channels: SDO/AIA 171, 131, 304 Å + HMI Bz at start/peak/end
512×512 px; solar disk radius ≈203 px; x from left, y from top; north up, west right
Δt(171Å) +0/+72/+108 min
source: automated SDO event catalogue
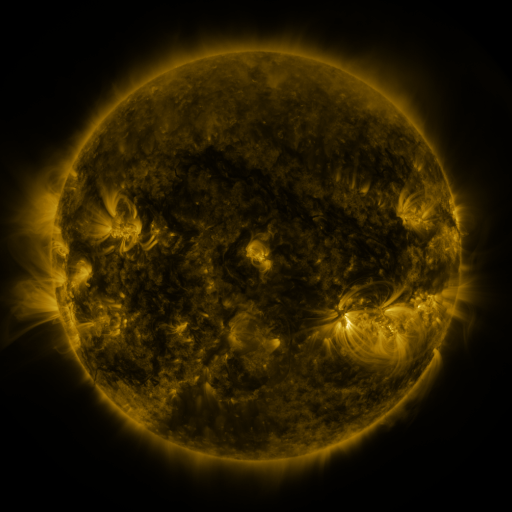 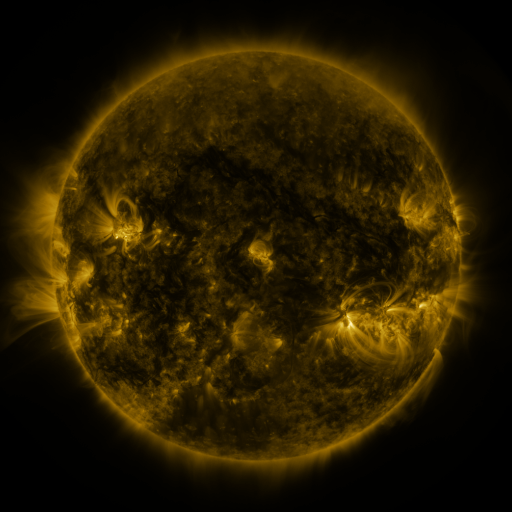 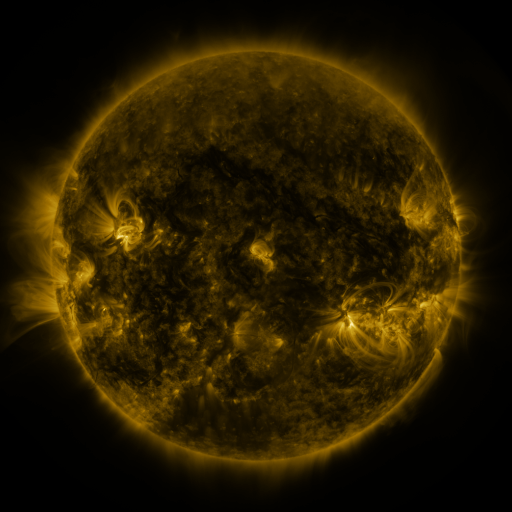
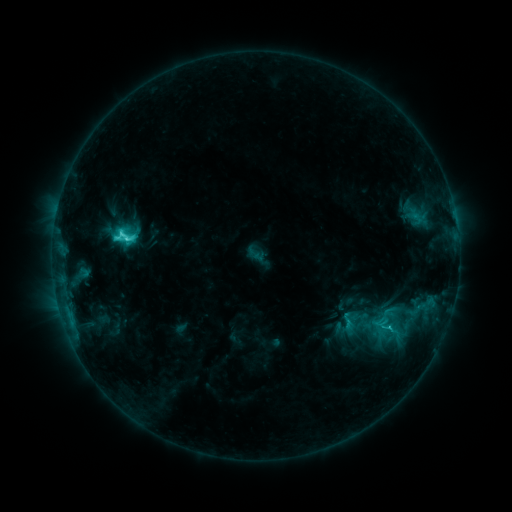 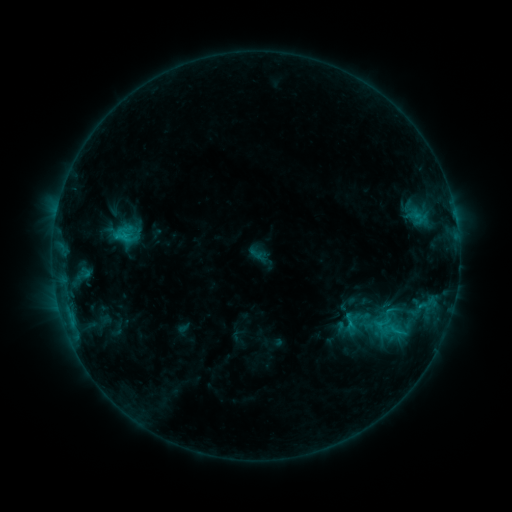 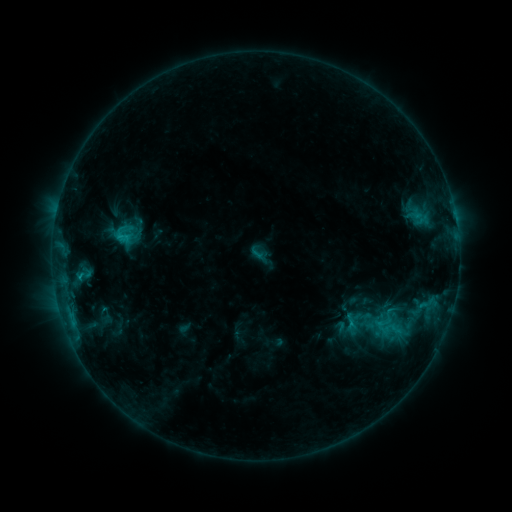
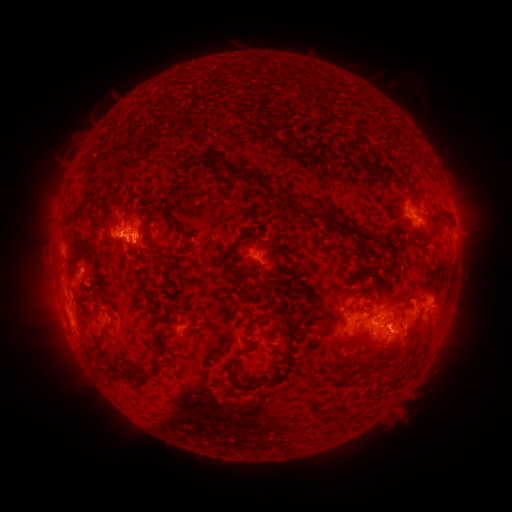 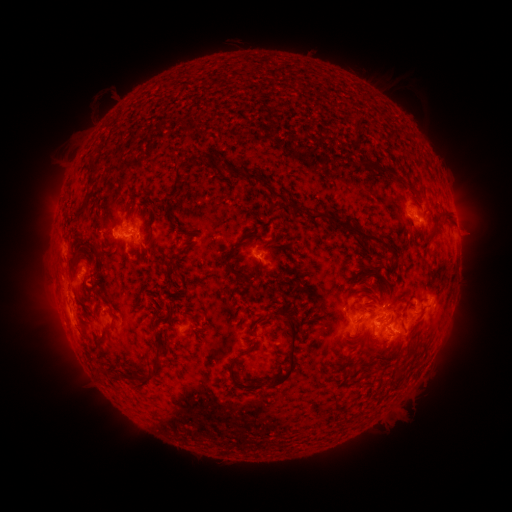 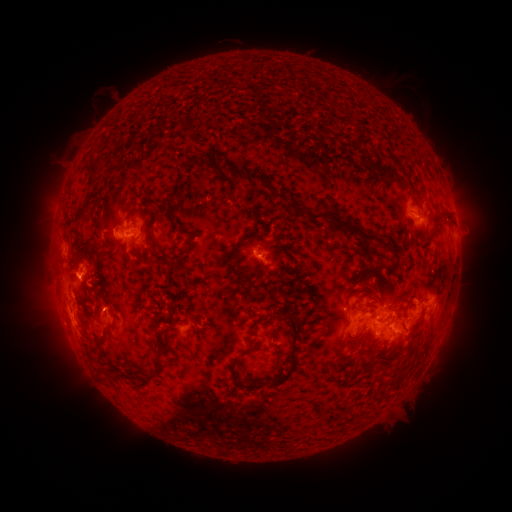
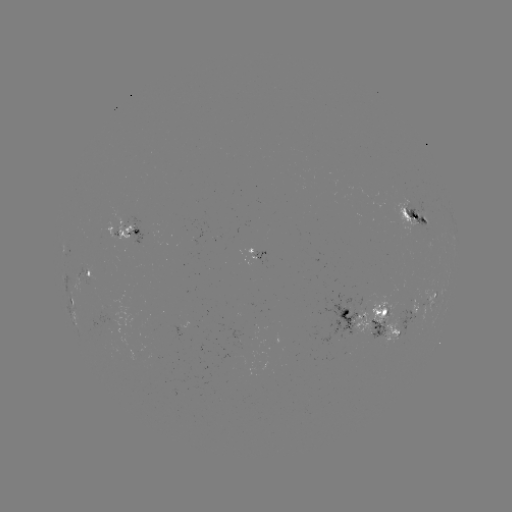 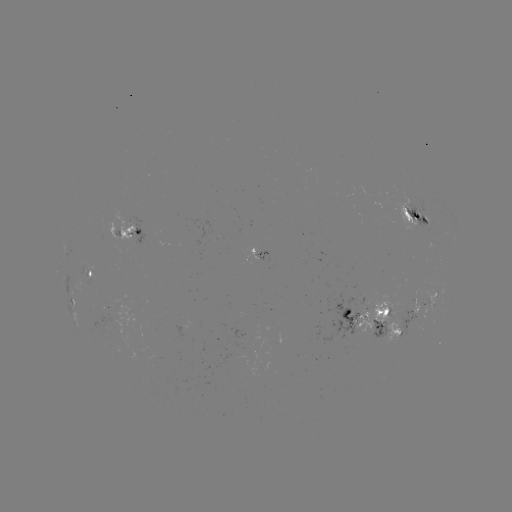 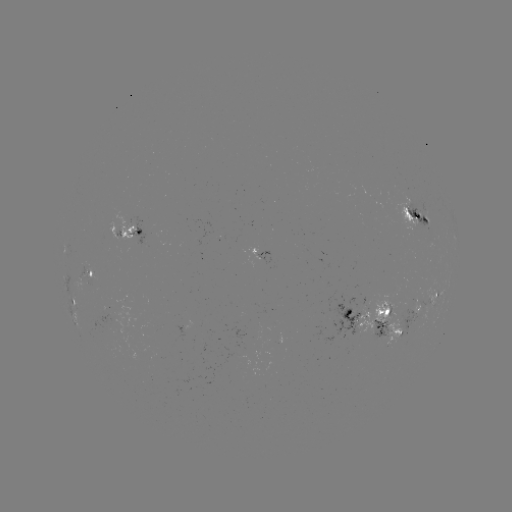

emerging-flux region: [234, 242, 256, 266]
